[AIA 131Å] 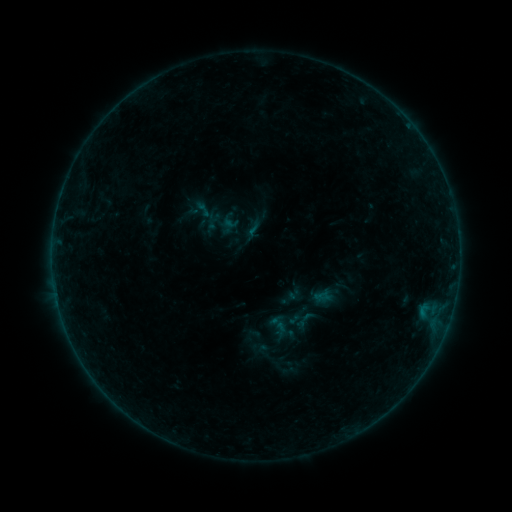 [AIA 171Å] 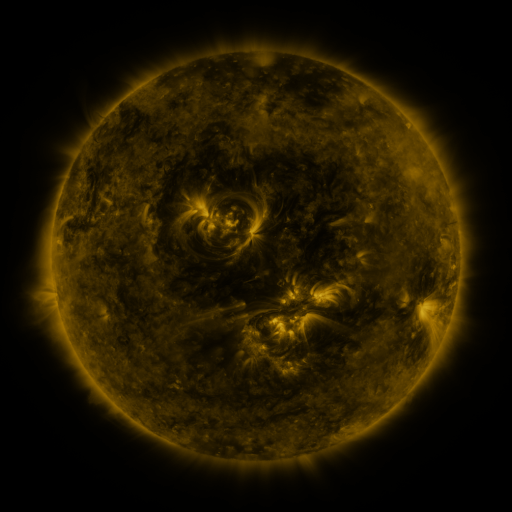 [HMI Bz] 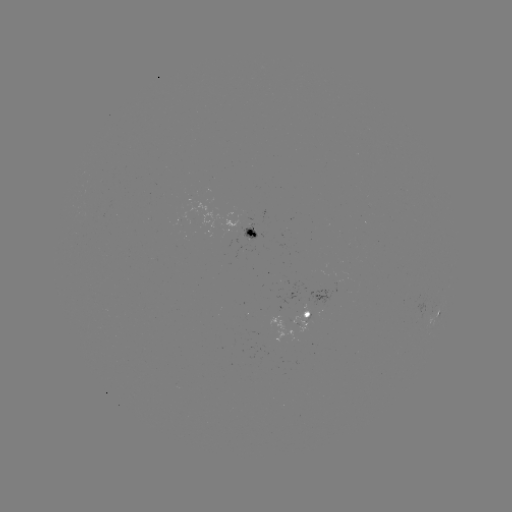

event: sigmoid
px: (202, 208)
